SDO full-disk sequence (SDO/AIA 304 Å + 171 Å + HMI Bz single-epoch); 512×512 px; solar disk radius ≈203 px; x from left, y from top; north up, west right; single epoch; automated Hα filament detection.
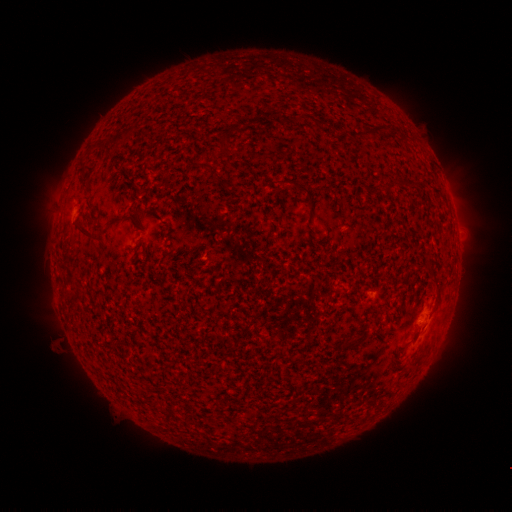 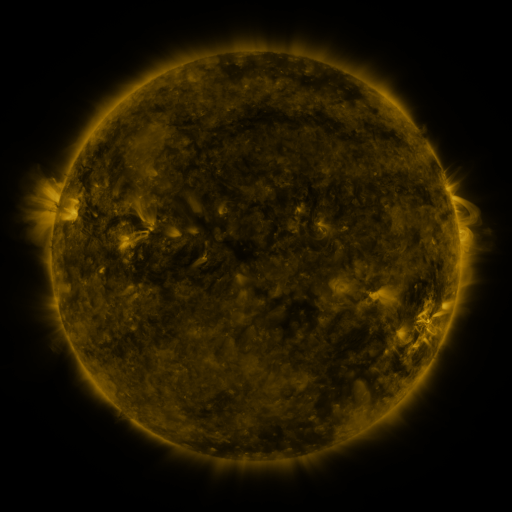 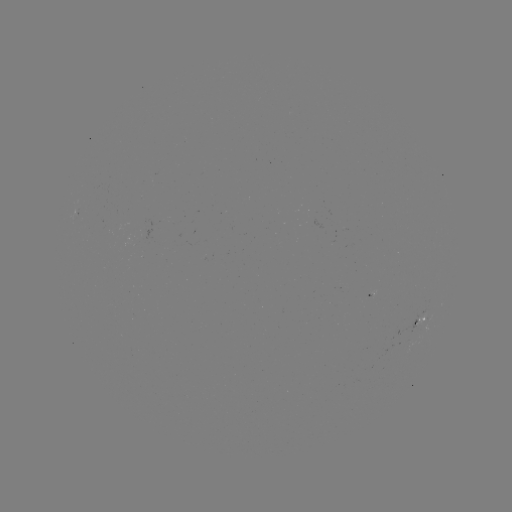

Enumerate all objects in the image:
filament: [228, 124, 240, 132]
filament: [80, 160, 93, 170]
filament: [286, 180, 313, 206]
filament: [78, 222, 93, 237]
